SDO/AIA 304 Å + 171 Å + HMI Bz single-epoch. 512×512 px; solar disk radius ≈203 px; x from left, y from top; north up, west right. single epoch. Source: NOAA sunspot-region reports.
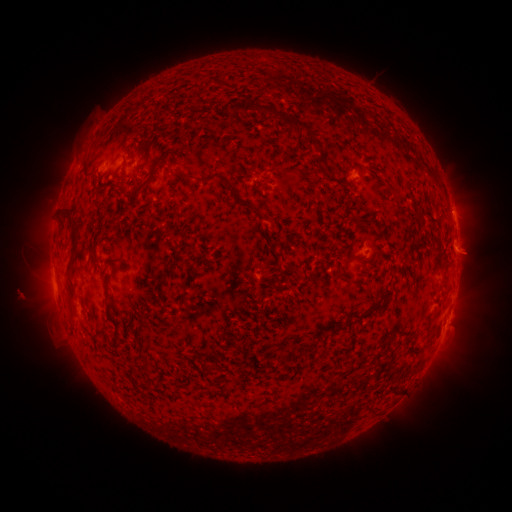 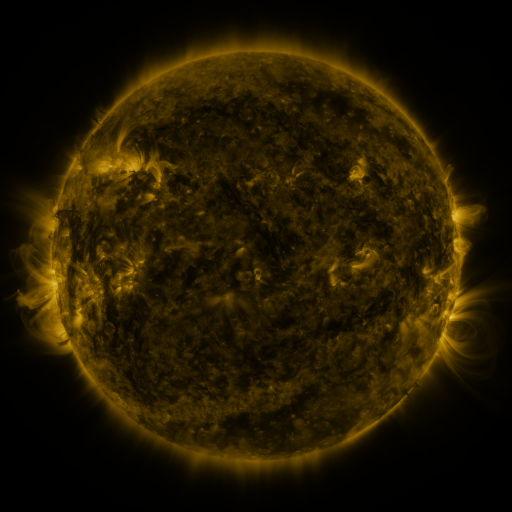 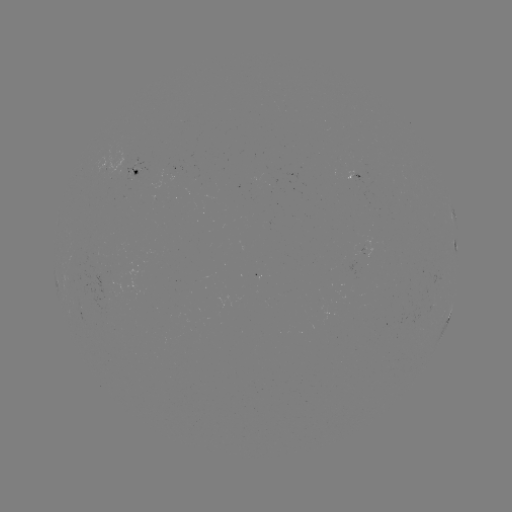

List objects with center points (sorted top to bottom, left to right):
spotted active region: (134, 174)
spotted active region: (356, 176)
spotted active region: (453, 211)
spotted active region: (381, 250)
spotted active region: (450, 314)
